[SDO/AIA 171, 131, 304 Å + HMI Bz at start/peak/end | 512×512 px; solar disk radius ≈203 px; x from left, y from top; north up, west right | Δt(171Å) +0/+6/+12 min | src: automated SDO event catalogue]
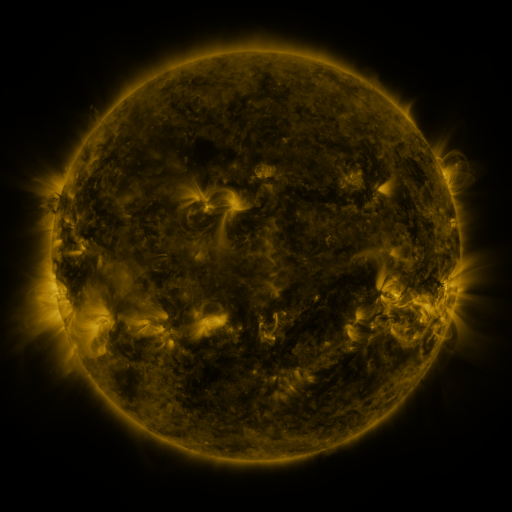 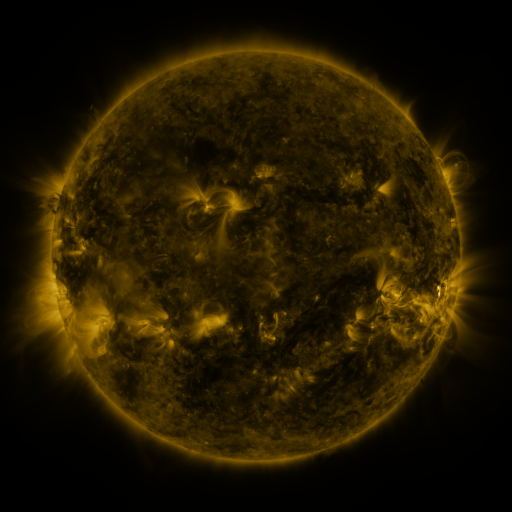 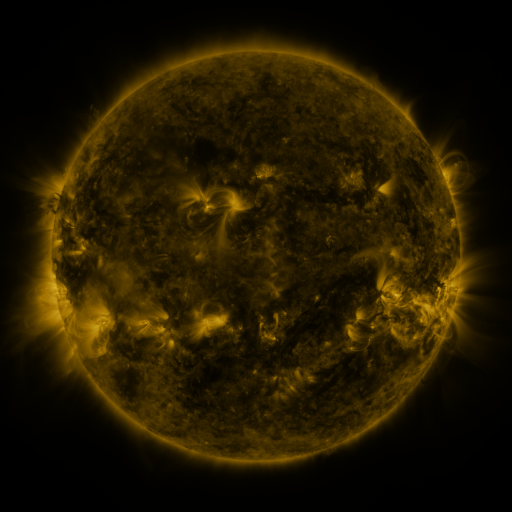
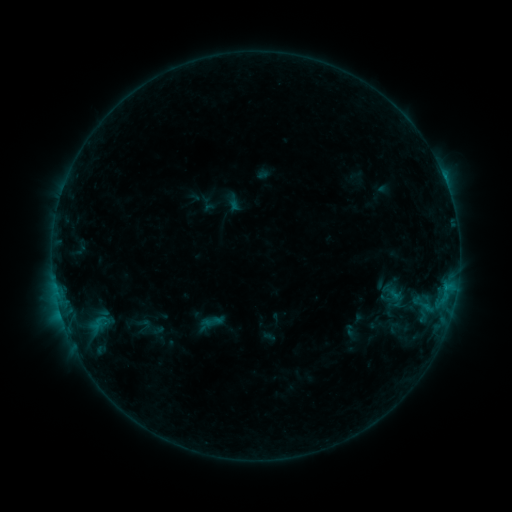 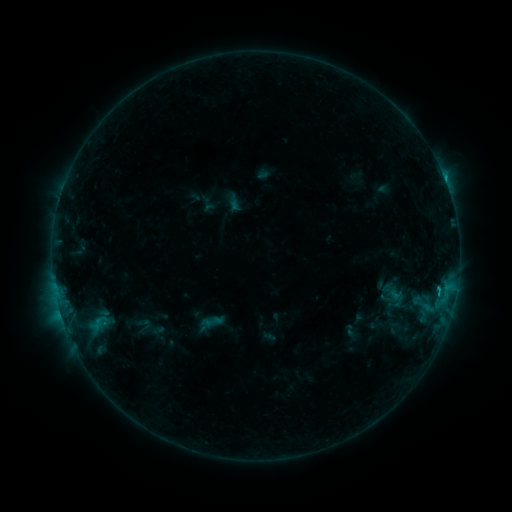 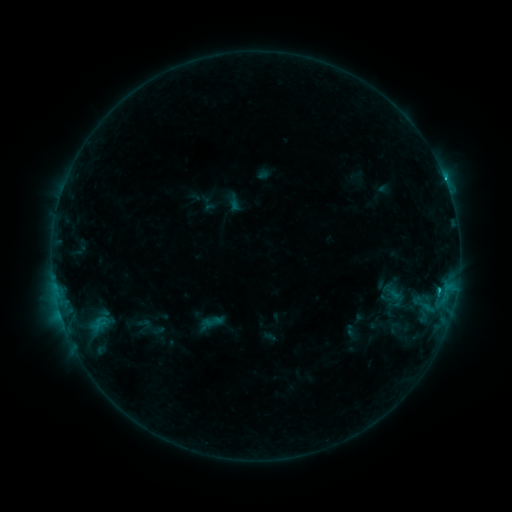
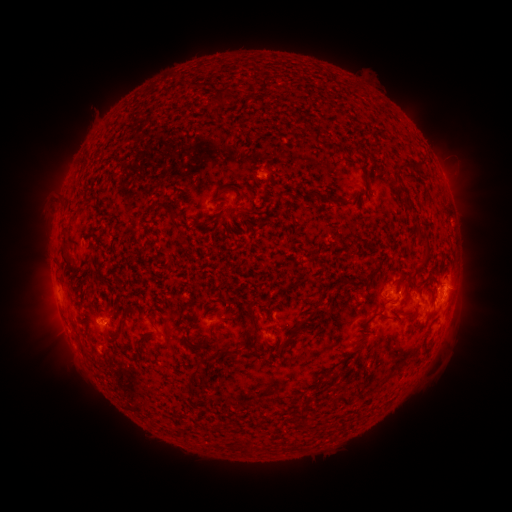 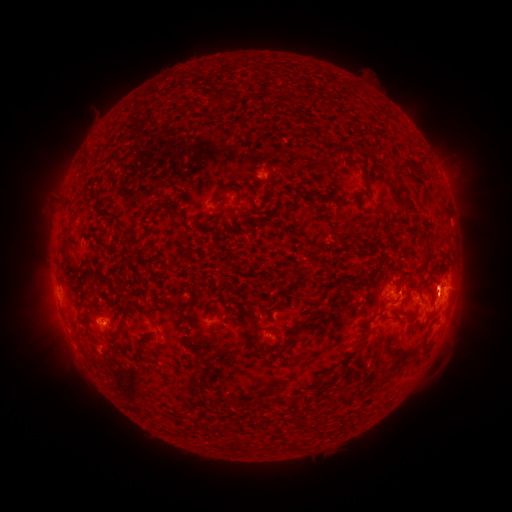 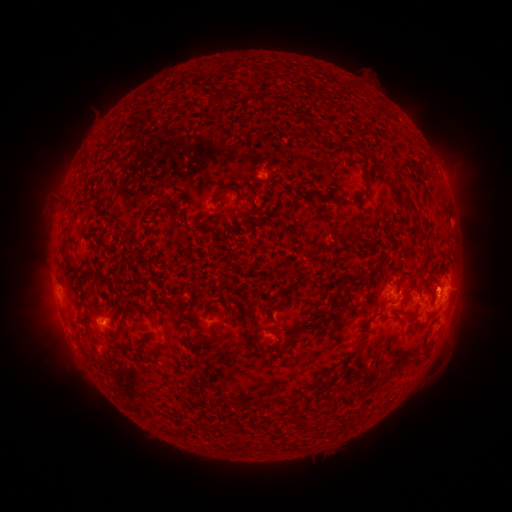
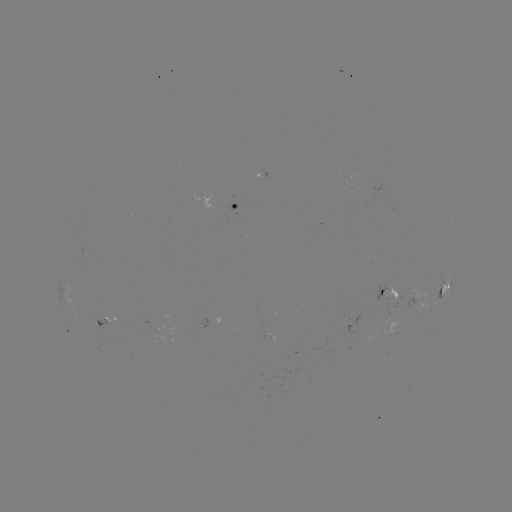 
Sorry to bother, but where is eruption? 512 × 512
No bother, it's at (436, 272).